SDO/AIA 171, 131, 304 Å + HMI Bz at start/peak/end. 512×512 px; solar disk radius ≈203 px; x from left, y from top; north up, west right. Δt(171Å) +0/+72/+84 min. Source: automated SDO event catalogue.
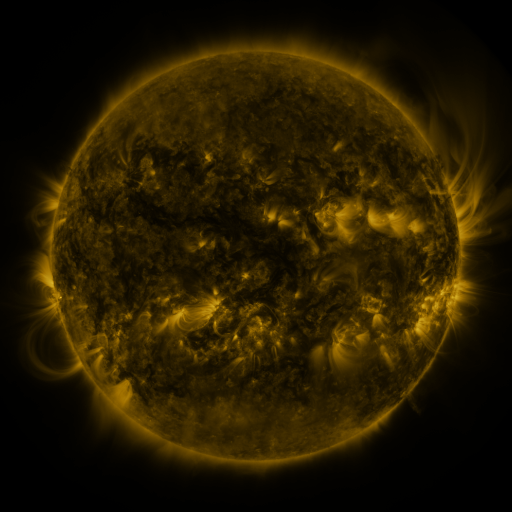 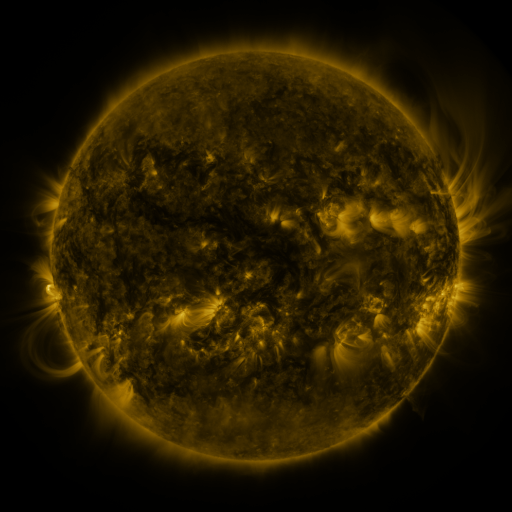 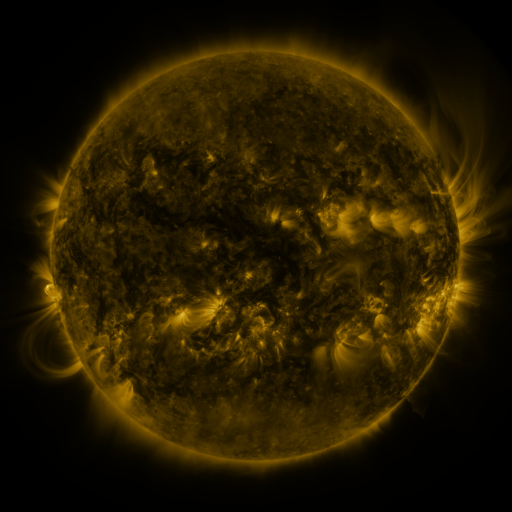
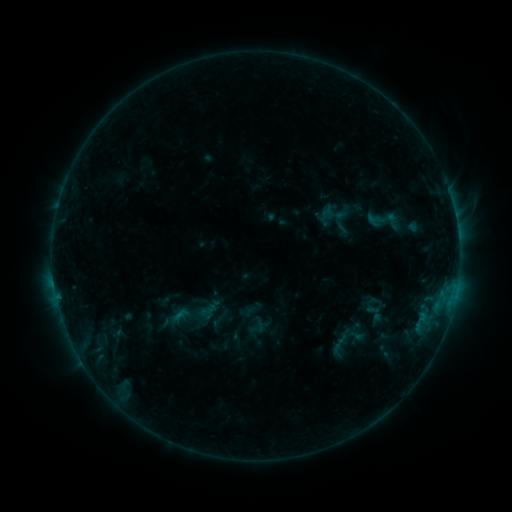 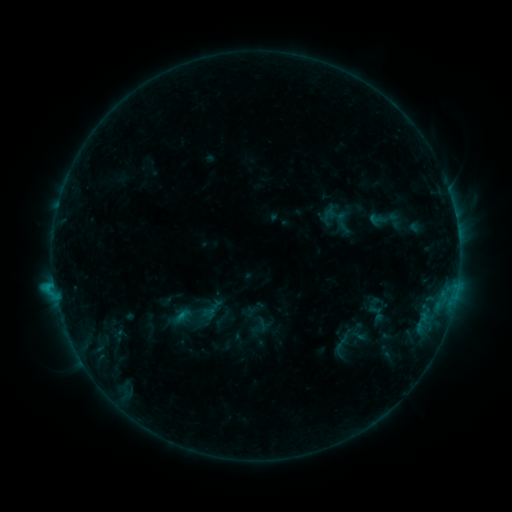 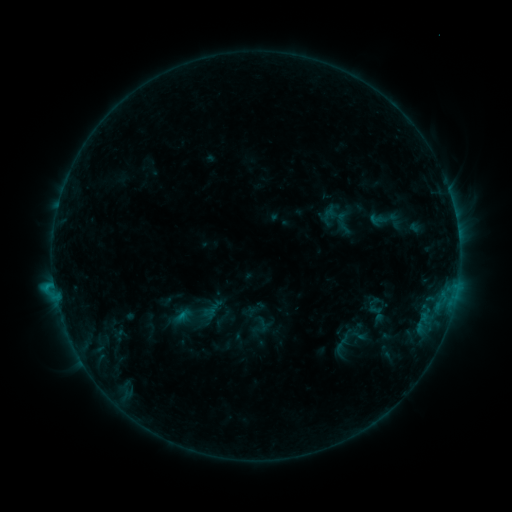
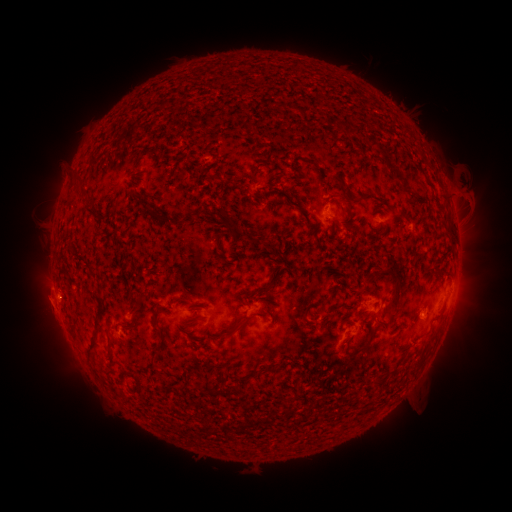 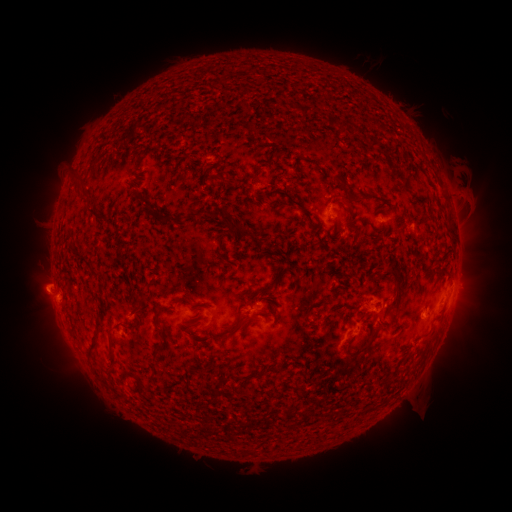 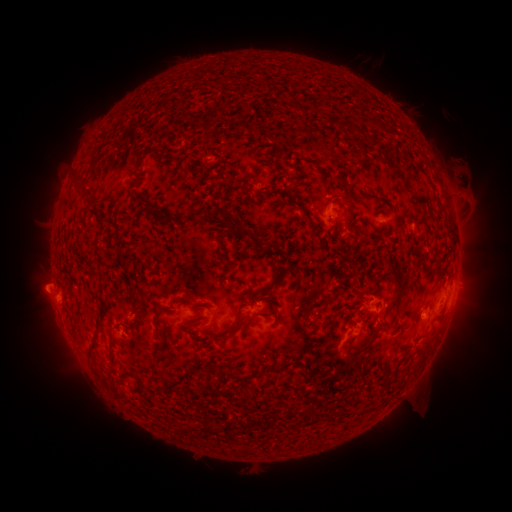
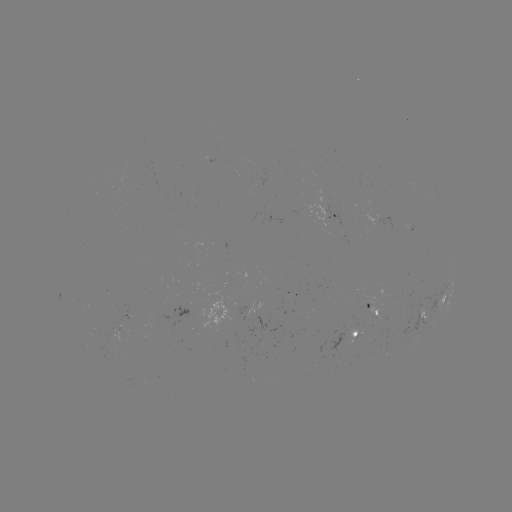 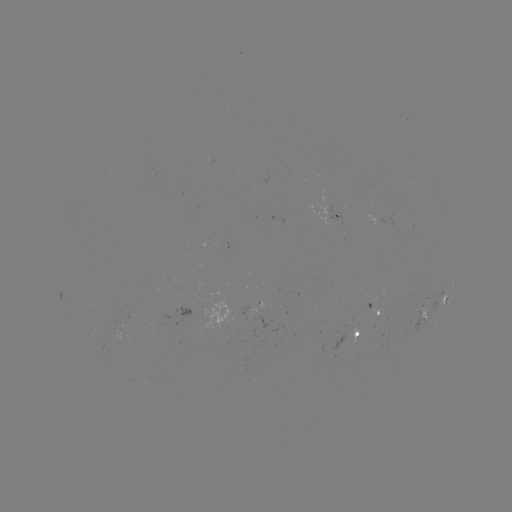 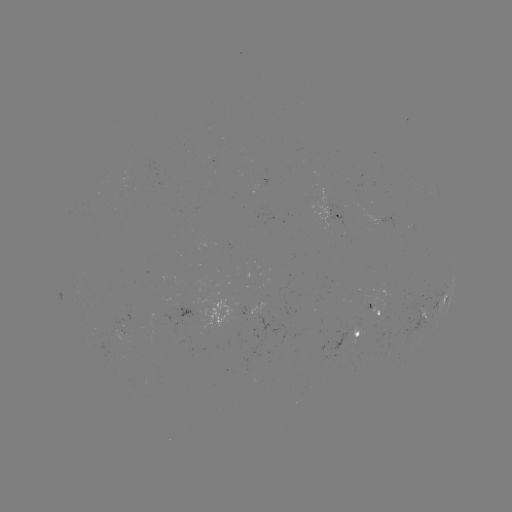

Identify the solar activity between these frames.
emerging-flux region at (376, 314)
